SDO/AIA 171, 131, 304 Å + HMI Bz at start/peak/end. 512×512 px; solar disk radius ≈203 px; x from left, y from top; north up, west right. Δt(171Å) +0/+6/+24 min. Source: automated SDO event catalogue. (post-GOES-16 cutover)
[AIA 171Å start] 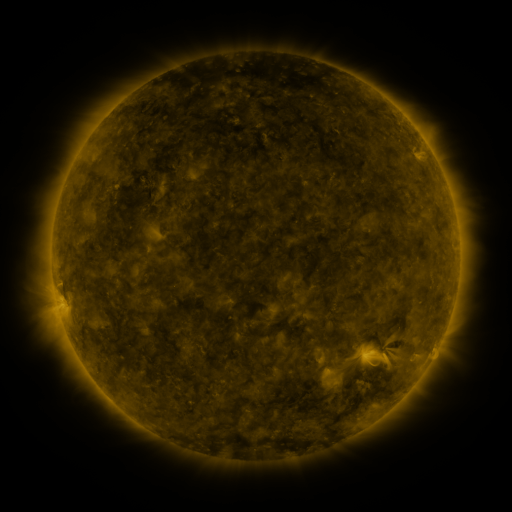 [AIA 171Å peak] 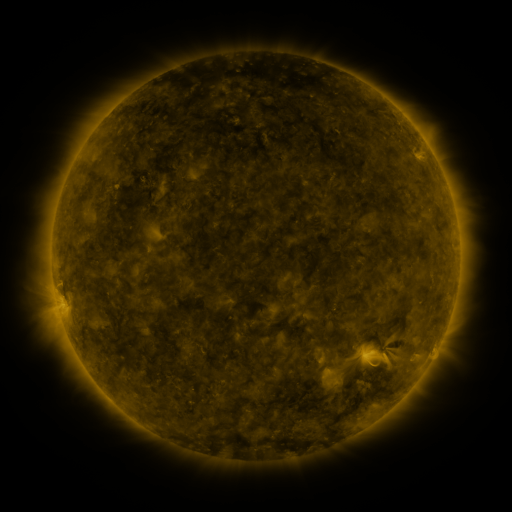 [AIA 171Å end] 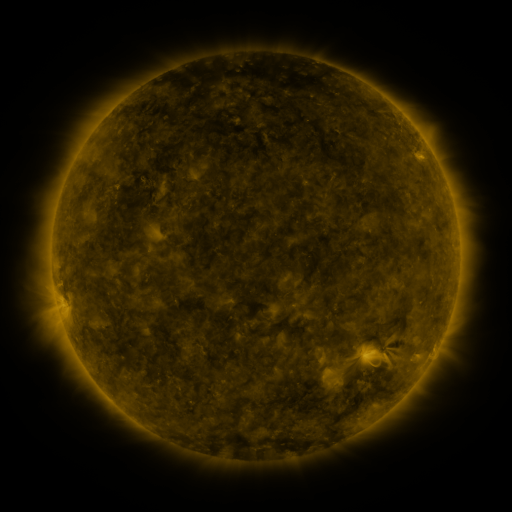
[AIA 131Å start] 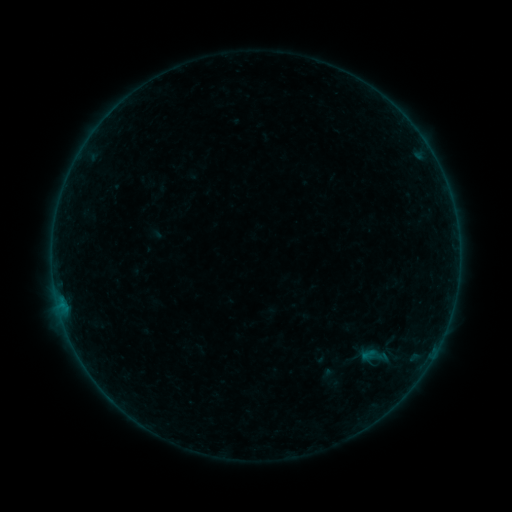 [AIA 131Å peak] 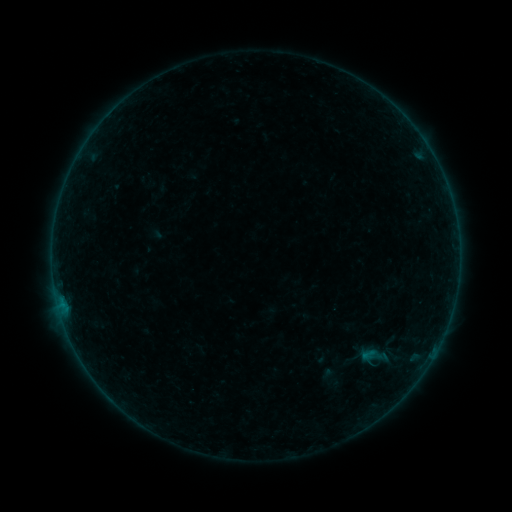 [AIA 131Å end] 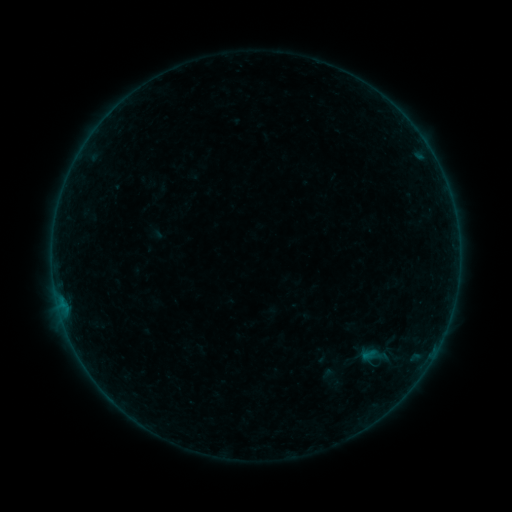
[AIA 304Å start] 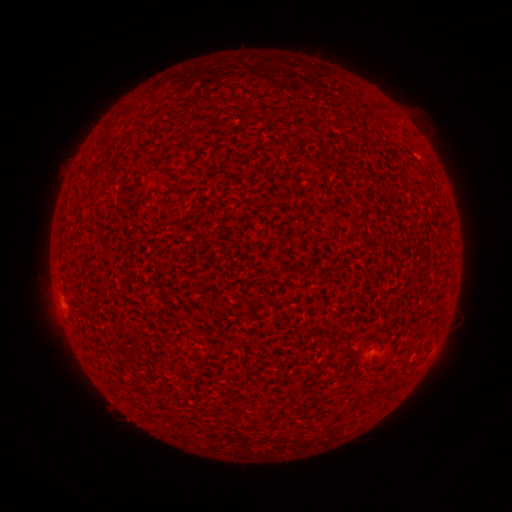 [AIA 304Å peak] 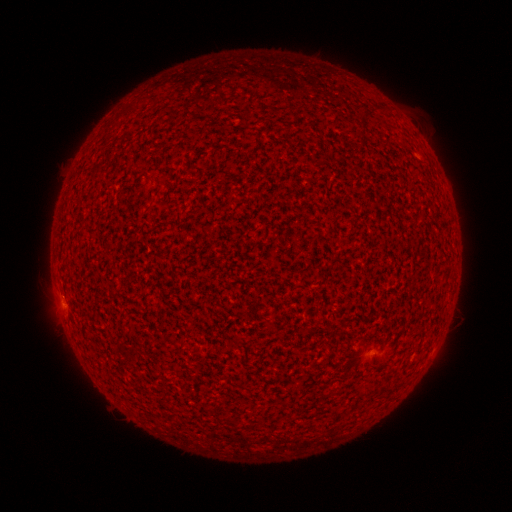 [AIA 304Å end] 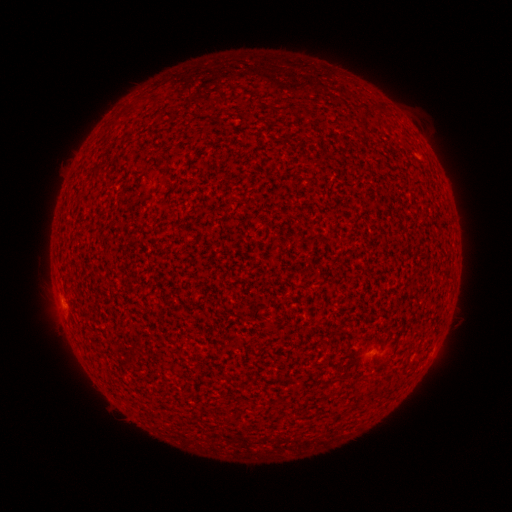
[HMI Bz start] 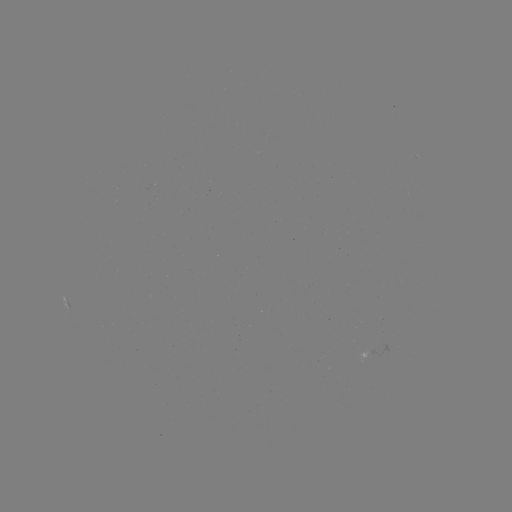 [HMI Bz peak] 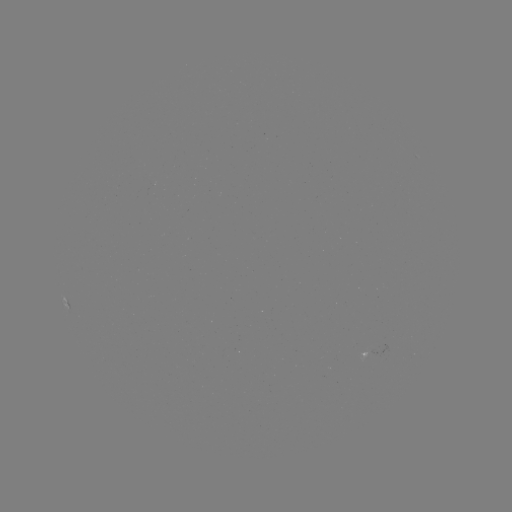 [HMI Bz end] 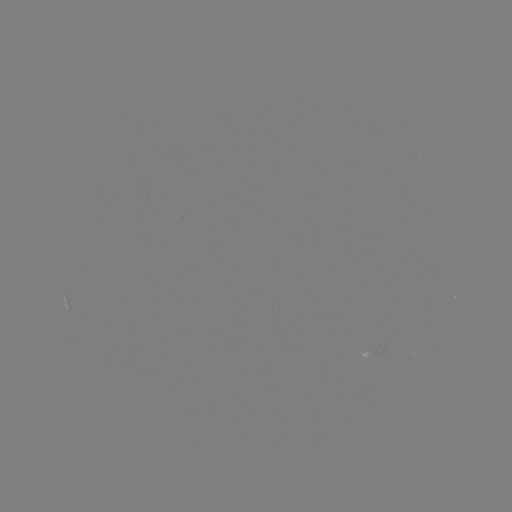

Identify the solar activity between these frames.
A8.7 flare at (62, 302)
